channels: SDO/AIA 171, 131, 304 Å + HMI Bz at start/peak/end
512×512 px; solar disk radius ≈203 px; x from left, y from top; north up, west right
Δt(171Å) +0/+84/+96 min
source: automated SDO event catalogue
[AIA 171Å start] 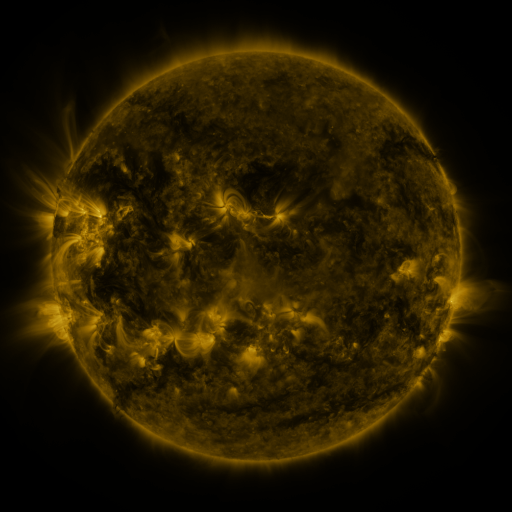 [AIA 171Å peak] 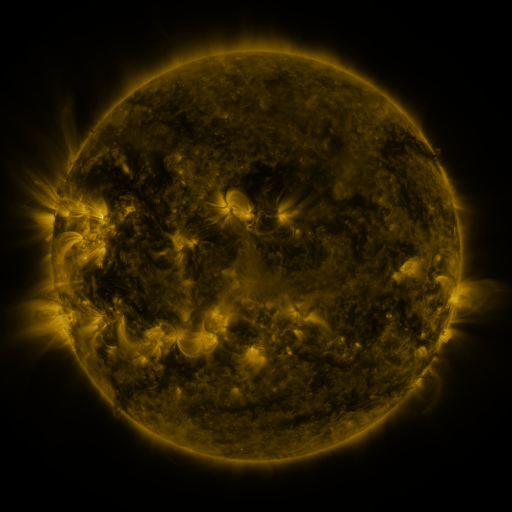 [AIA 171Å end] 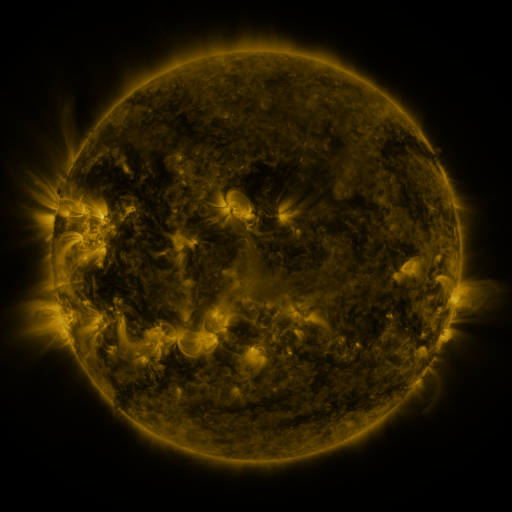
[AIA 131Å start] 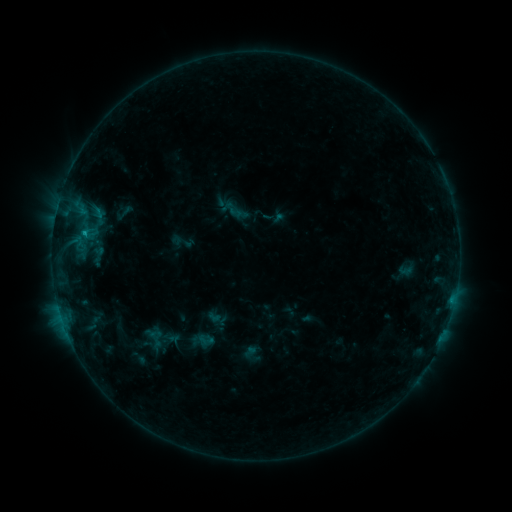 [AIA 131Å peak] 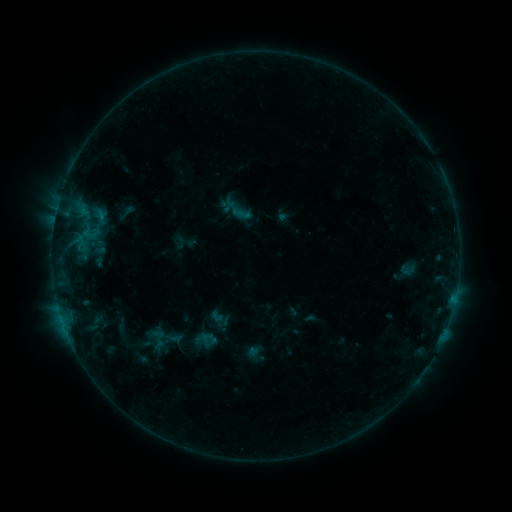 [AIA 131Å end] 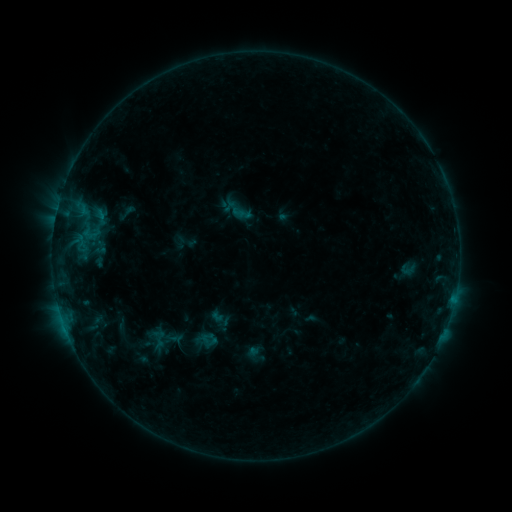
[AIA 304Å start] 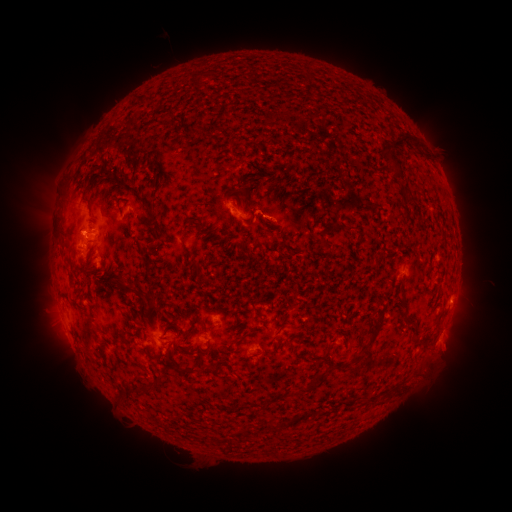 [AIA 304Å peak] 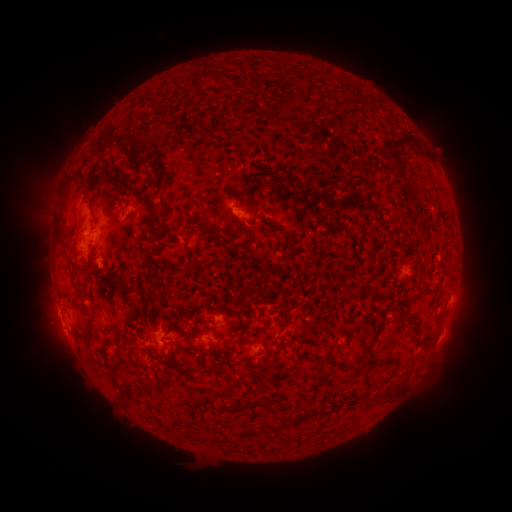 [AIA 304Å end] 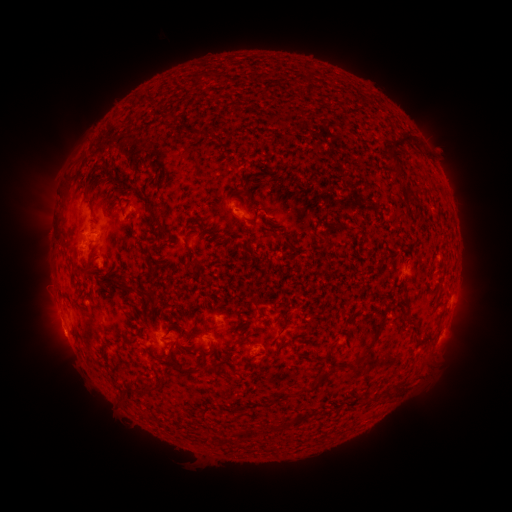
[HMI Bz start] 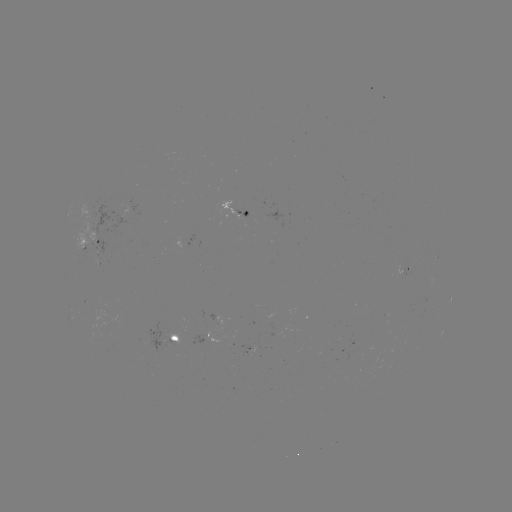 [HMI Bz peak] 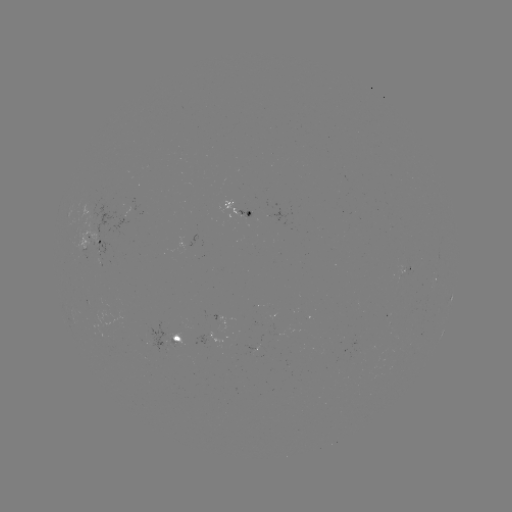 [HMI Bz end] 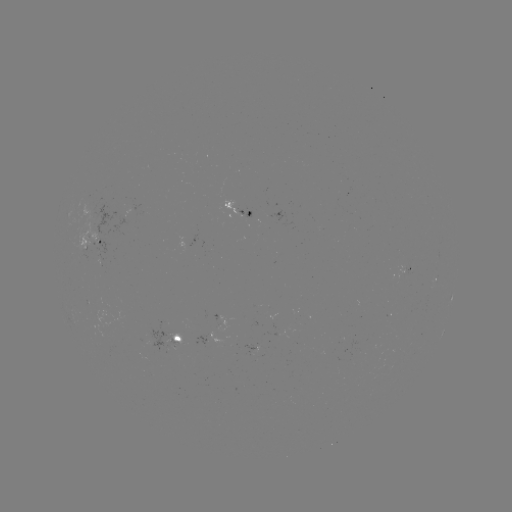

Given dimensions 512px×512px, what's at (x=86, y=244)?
emerging-flux region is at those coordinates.